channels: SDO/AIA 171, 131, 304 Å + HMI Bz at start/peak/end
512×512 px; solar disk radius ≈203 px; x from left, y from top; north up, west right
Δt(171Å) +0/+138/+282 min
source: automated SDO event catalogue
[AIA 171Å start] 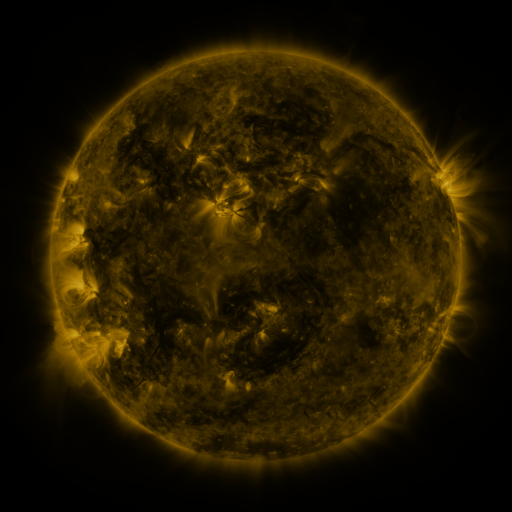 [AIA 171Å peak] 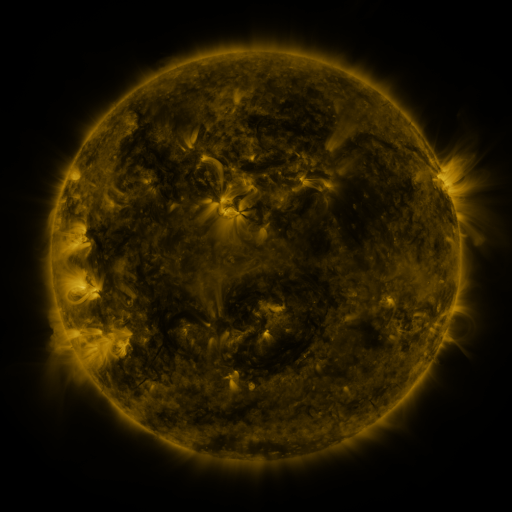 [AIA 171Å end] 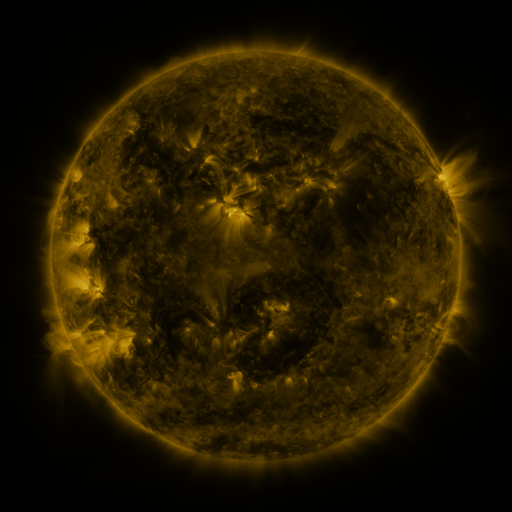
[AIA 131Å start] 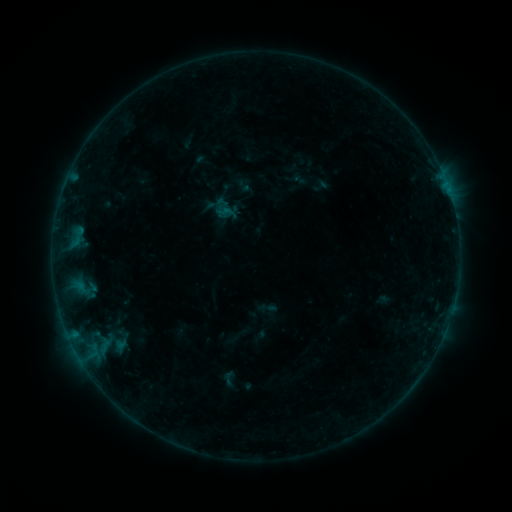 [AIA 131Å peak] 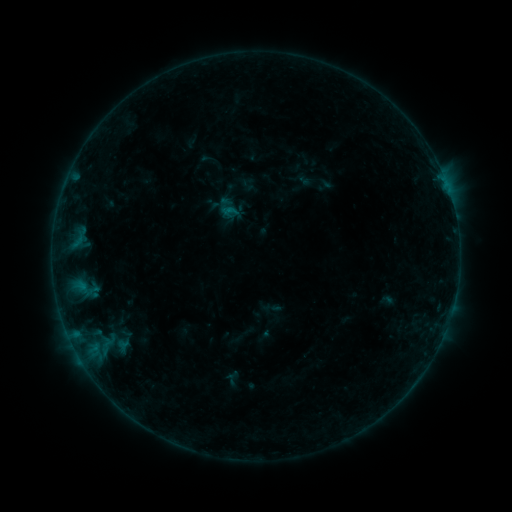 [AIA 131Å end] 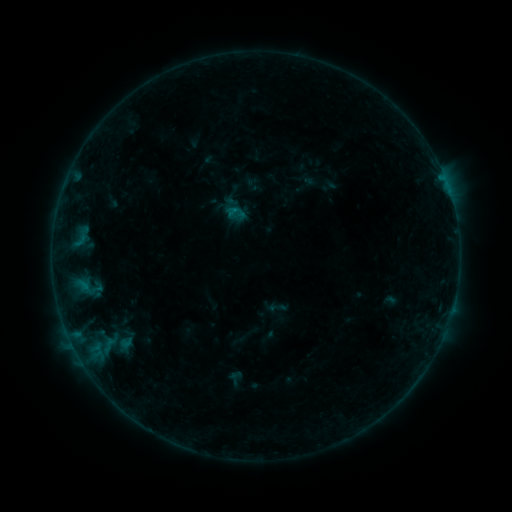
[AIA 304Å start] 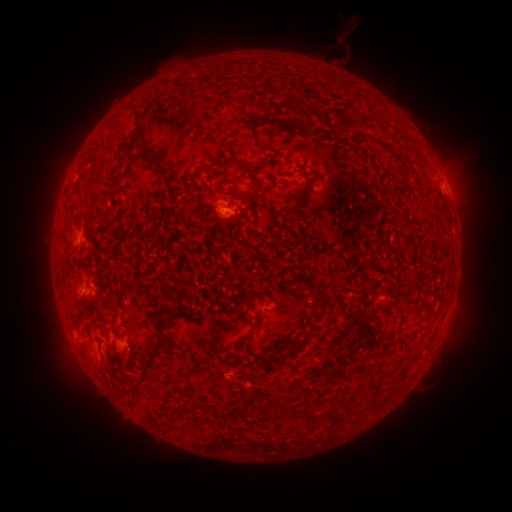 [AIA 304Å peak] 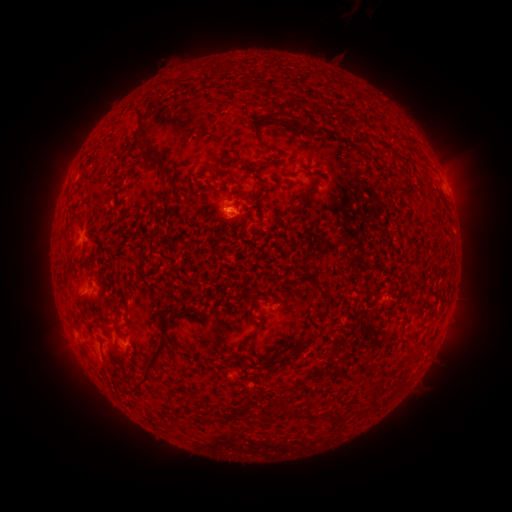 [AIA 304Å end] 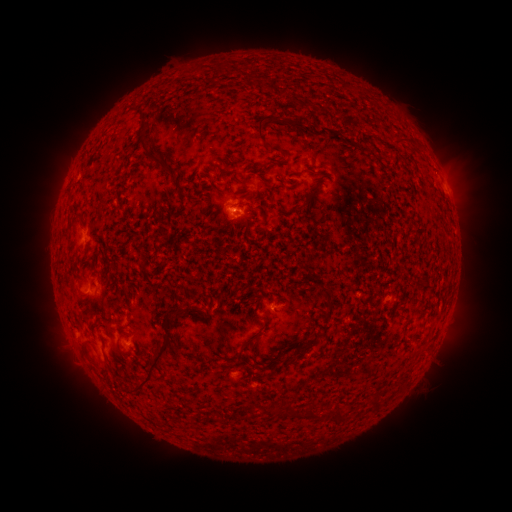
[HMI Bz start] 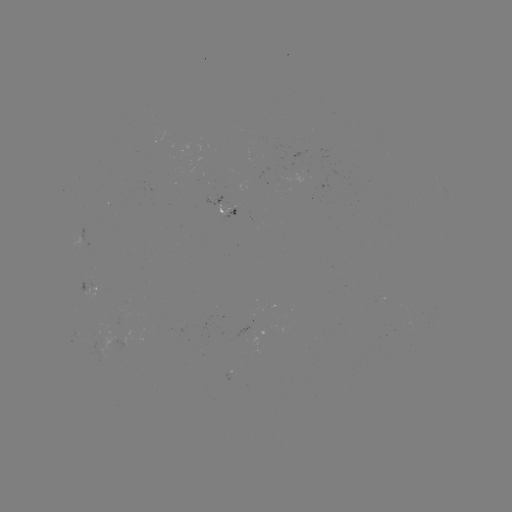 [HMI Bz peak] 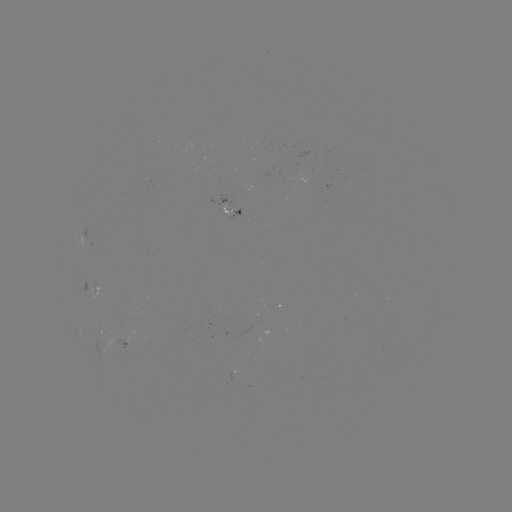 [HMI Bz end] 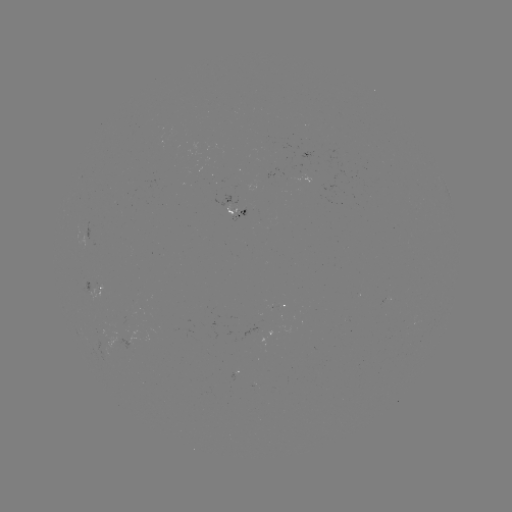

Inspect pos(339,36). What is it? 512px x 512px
filament eruption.